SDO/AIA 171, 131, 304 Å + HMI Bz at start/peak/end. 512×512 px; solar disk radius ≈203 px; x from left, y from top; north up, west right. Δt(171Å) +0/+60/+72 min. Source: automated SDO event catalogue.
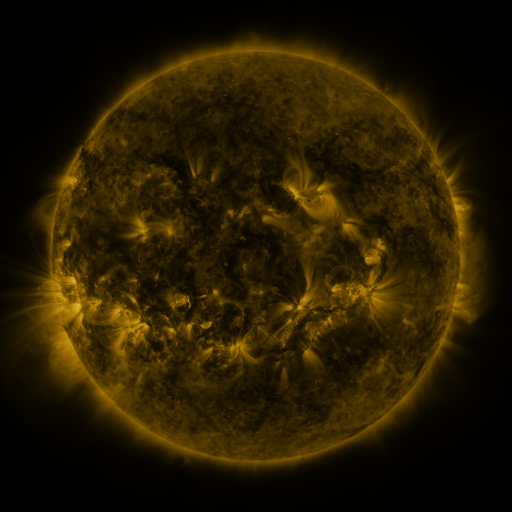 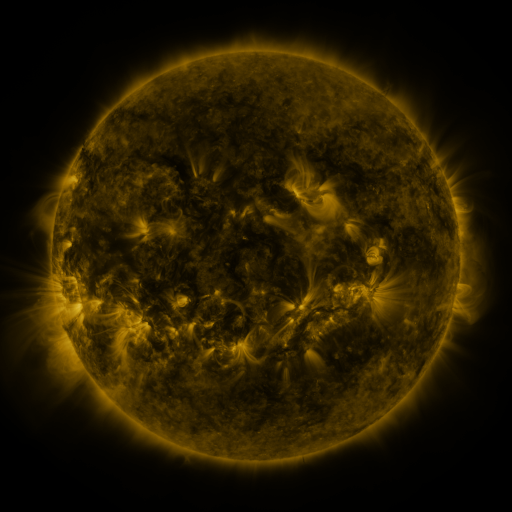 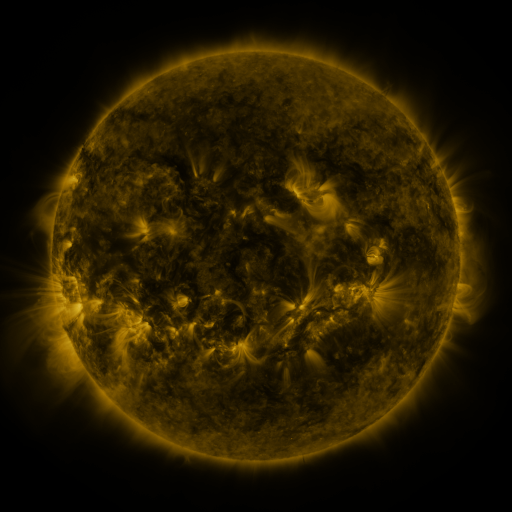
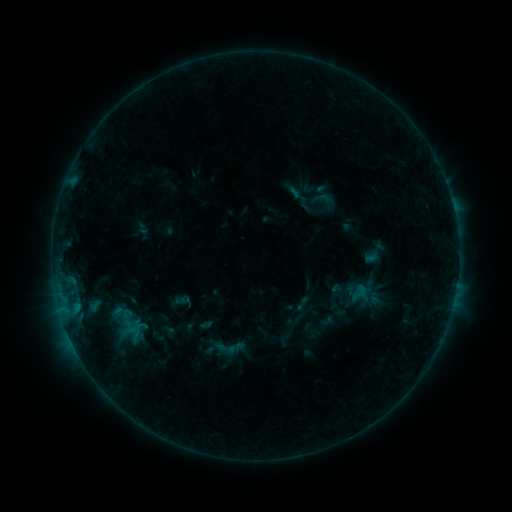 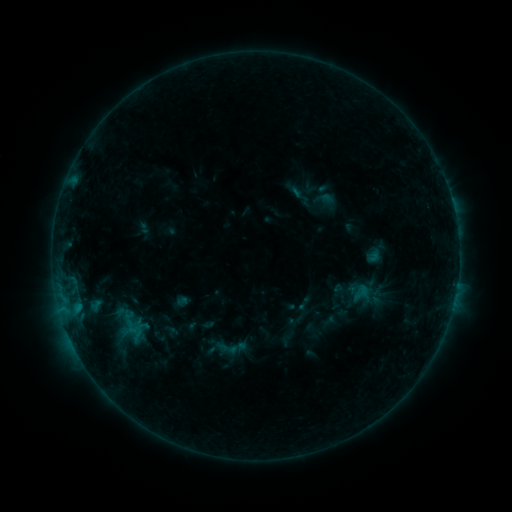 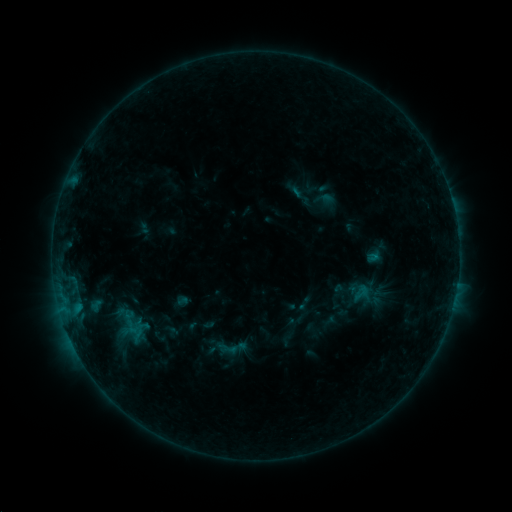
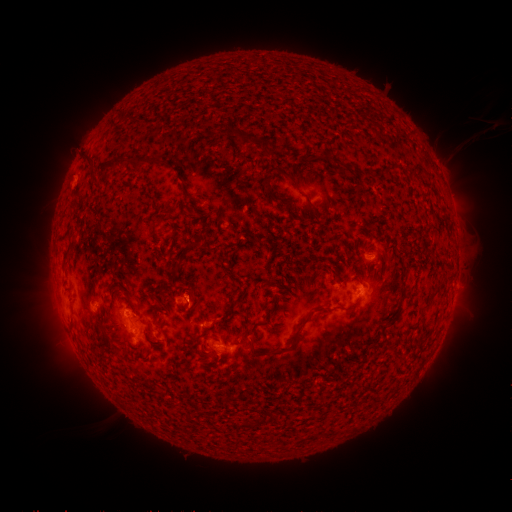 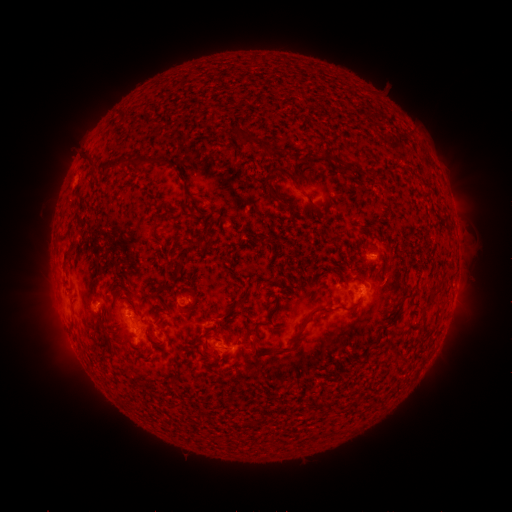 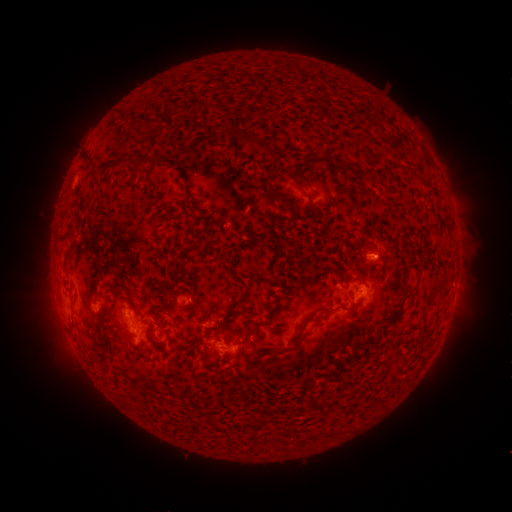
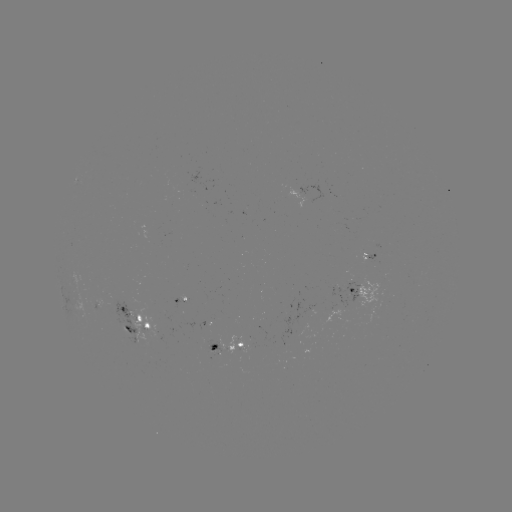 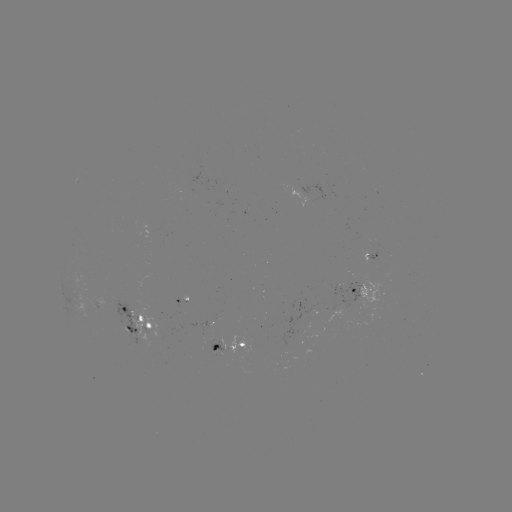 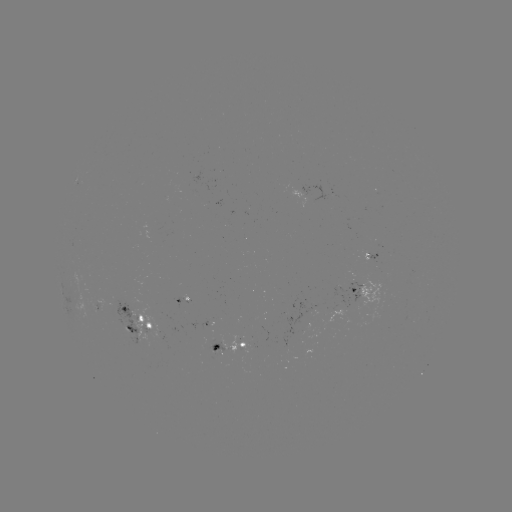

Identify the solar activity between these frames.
emerging-flux region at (216, 350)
